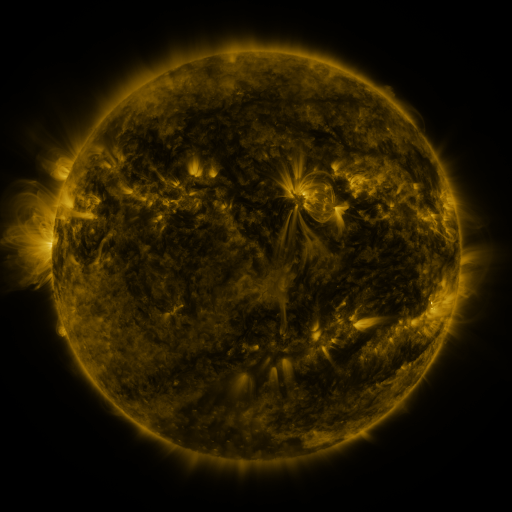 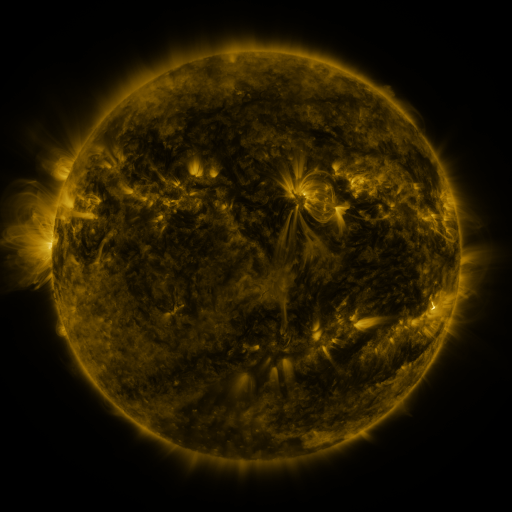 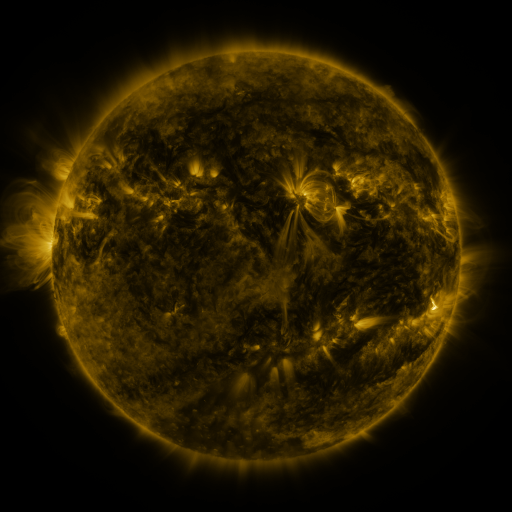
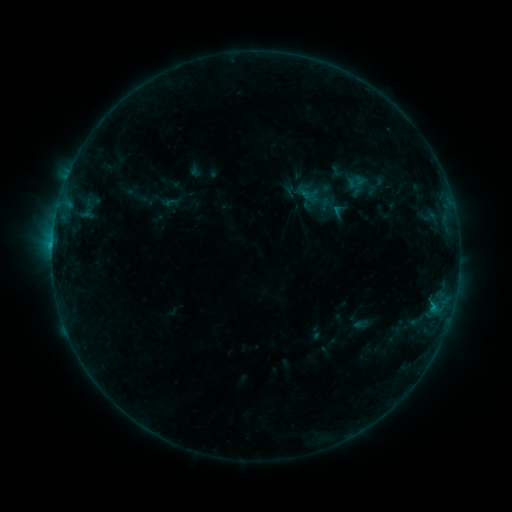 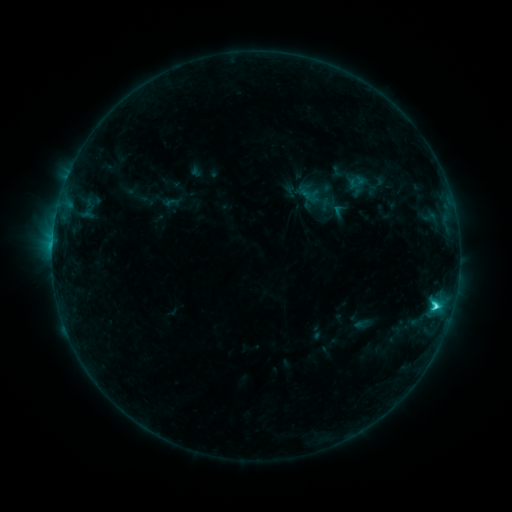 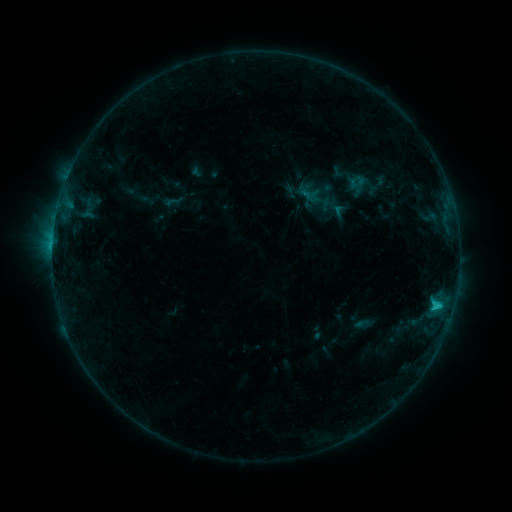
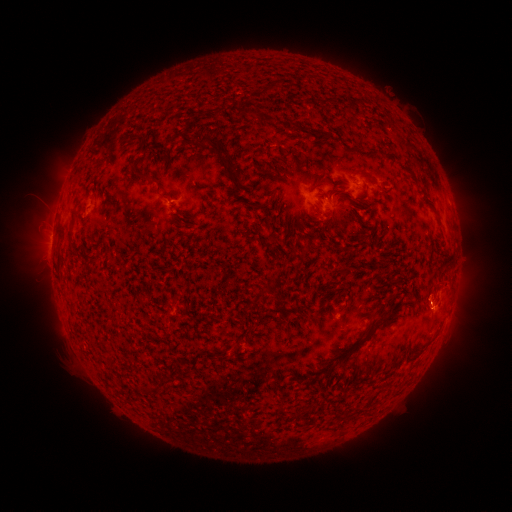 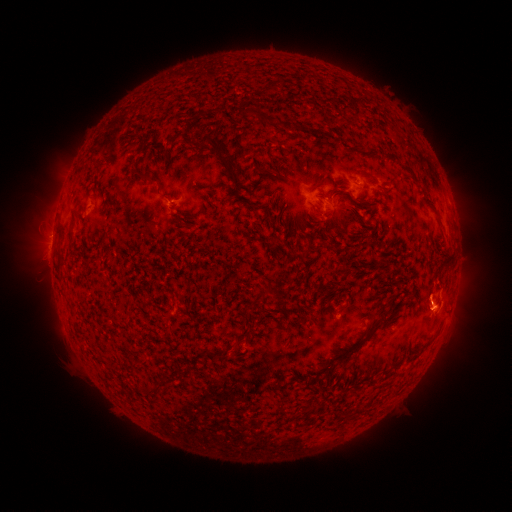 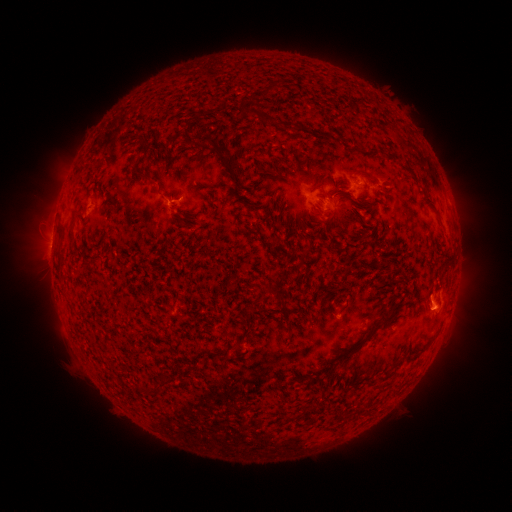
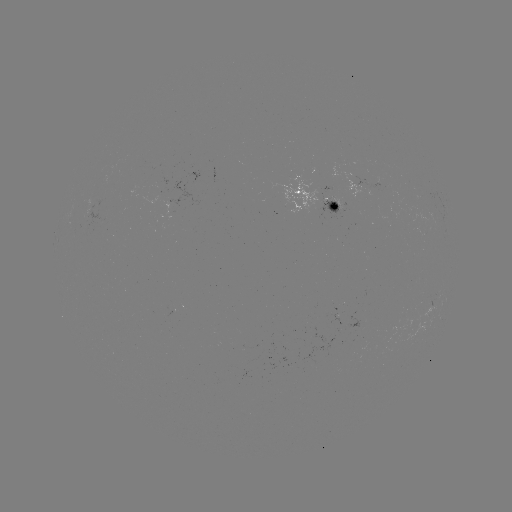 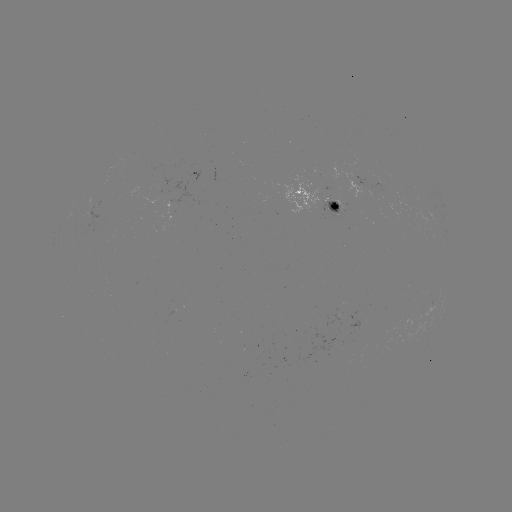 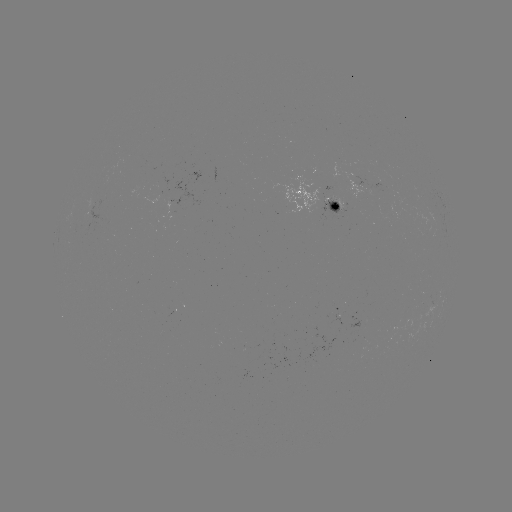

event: flare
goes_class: C2.4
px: (435, 306)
